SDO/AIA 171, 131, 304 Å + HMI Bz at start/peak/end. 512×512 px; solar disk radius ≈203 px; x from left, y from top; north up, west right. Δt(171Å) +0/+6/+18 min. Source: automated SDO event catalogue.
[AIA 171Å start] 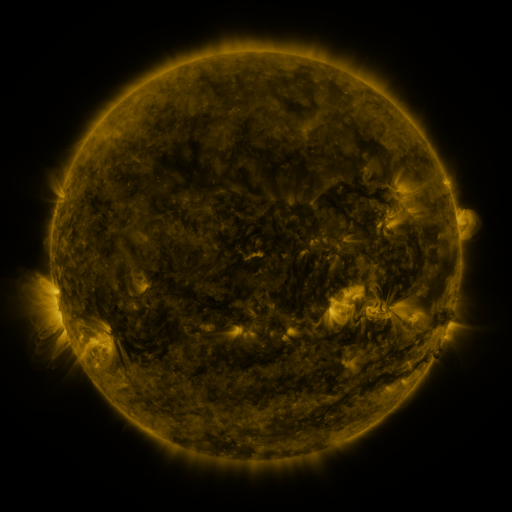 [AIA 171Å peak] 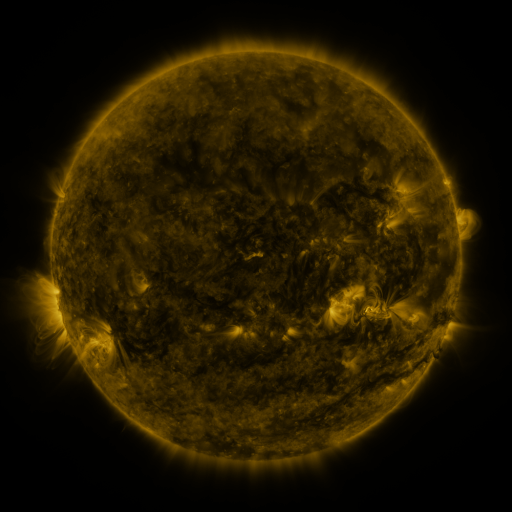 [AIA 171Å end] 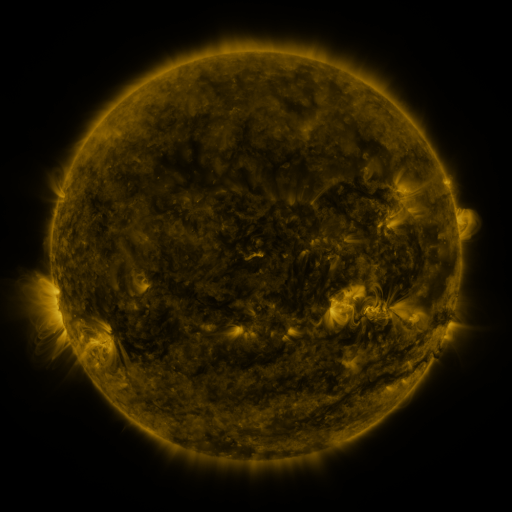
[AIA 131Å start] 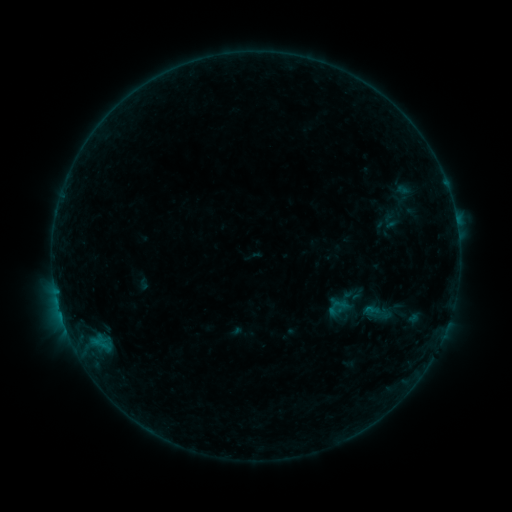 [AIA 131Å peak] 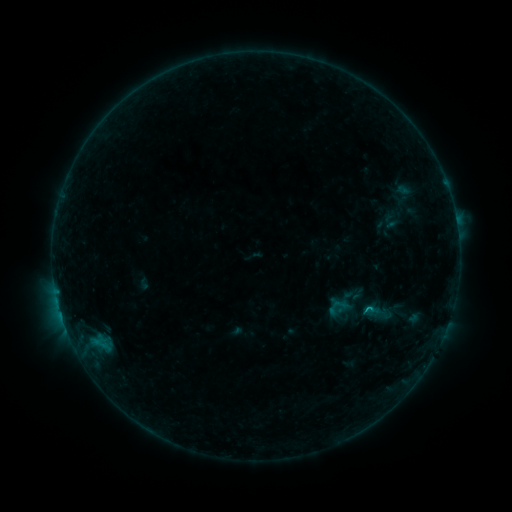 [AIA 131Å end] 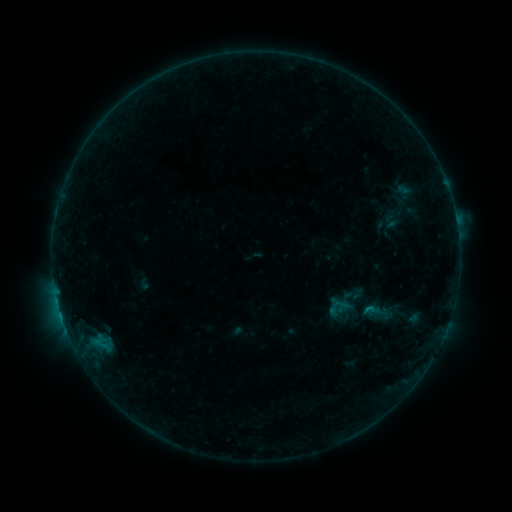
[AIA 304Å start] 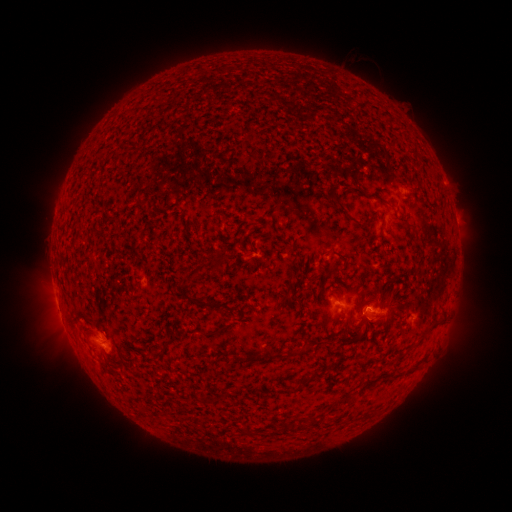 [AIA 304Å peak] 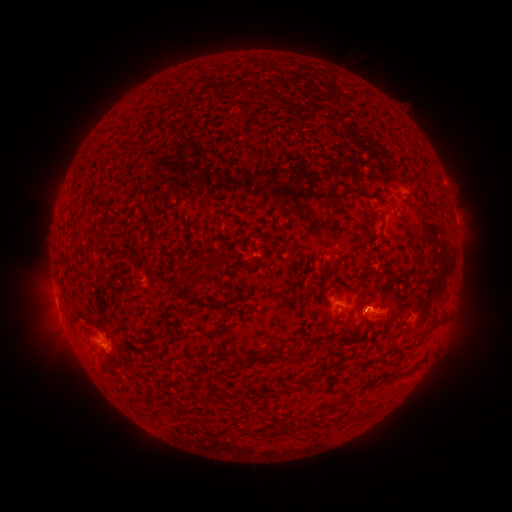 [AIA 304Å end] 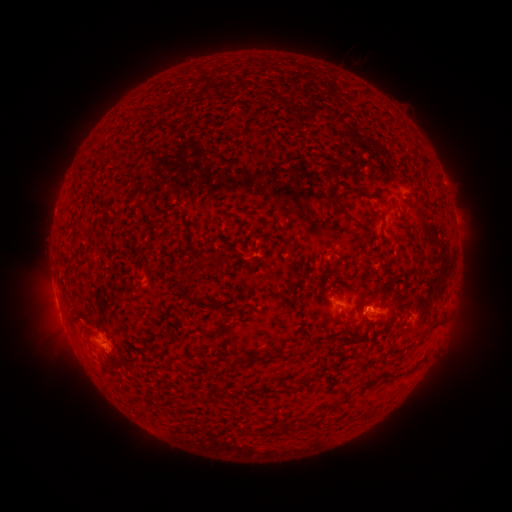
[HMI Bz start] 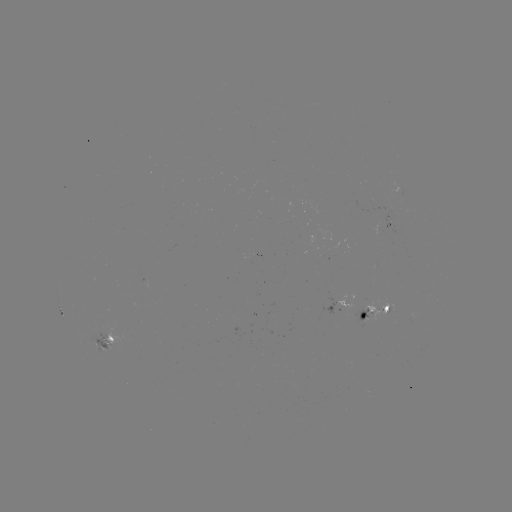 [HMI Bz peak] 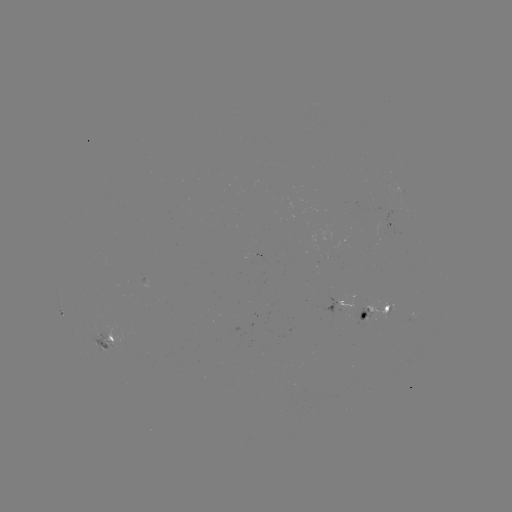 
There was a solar flare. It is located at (365, 308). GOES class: B6.4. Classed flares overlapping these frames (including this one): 1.